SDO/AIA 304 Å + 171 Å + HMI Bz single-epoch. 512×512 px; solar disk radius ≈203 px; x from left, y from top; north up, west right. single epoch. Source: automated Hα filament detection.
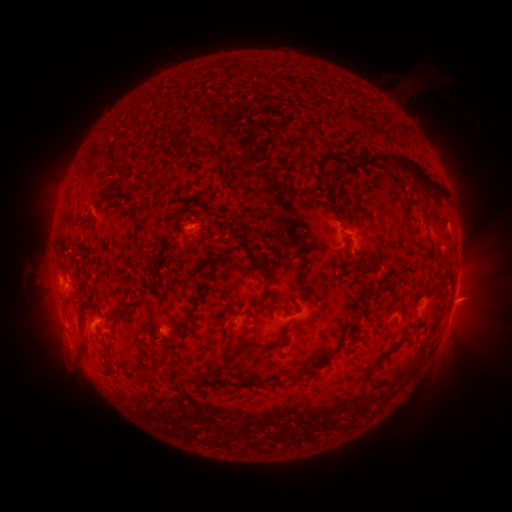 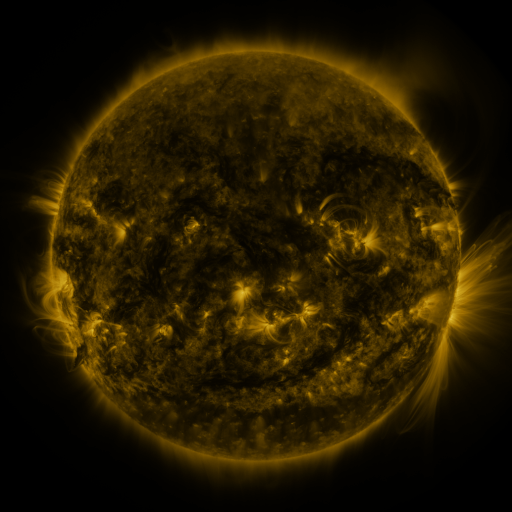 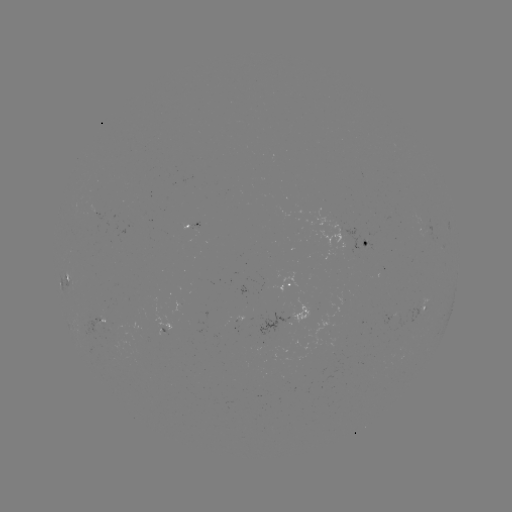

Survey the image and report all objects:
filament: (401, 127)
filament: (178, 147)
filament: (208, 158)
filament: (410, 164)
filament: (332, 172)
filament: (233, 177)
filament: (199, 185)
filament: (102, 195)
filament: (339, 196)
filament: (409, 198)
filament: (124, 210)
filament: (247, 221)
filament: (218, 258)
filament: (197, 302)
filament: (267, 303)
filament: (120, 315)
filament: (282, 339)
filament: (84, 348)
filament: (235, 349)
filament: (109, 353)
filament: (411, 365)
filament: (211, 371)
filament: (292, 379)
